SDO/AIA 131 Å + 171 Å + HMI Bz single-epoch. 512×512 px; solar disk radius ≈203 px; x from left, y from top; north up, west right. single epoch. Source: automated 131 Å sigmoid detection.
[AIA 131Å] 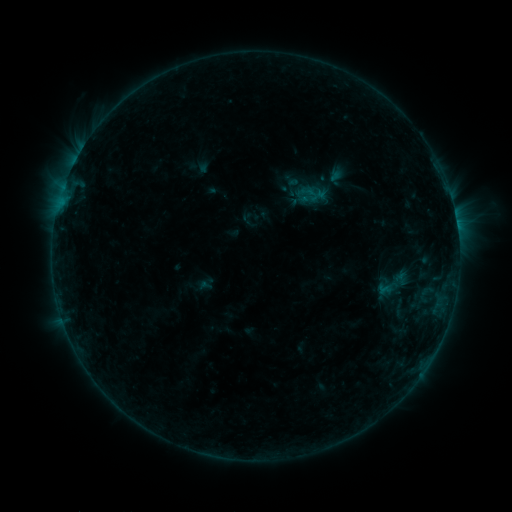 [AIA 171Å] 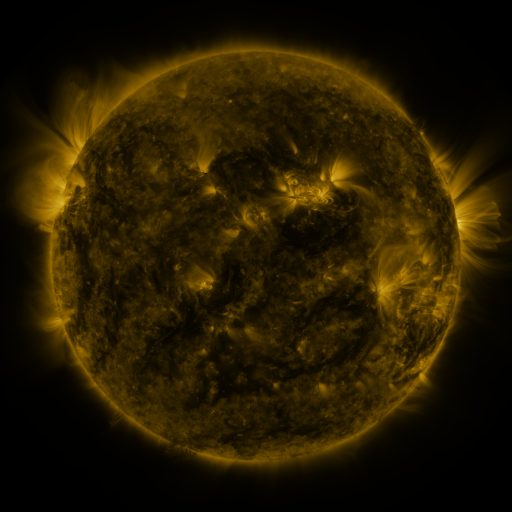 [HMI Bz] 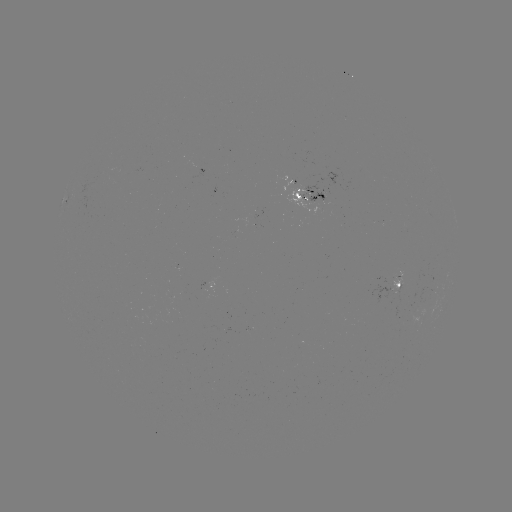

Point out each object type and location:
sigmoid: (292, 185)
sigmoid: (393, 284)
